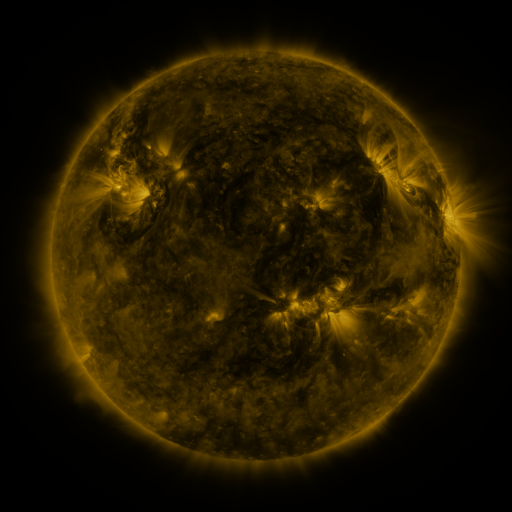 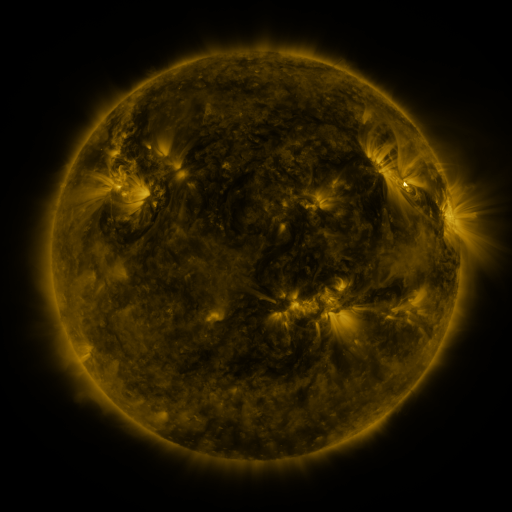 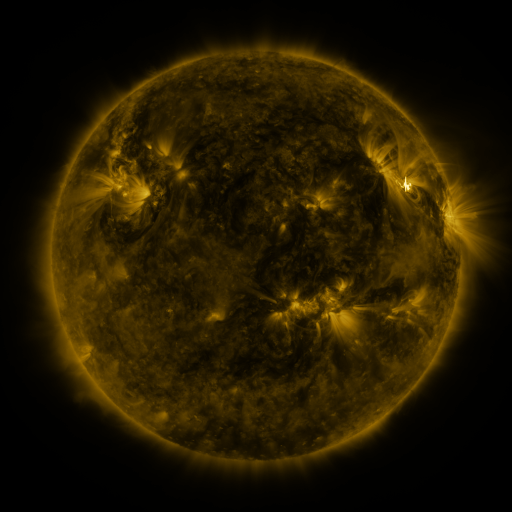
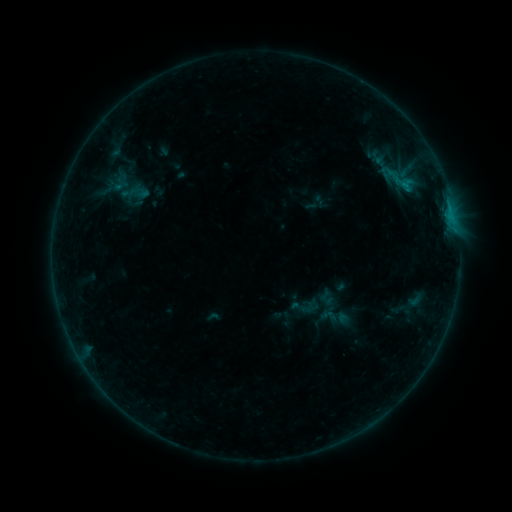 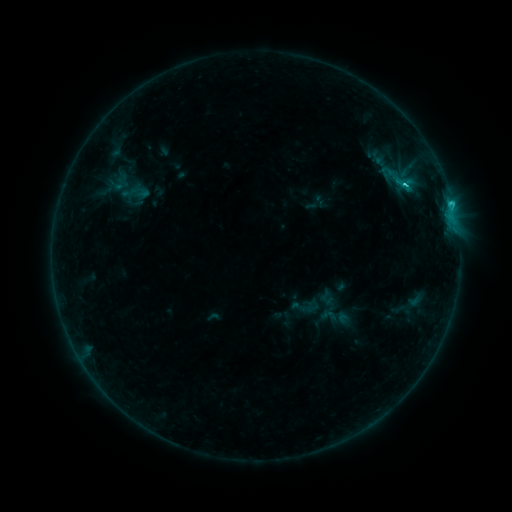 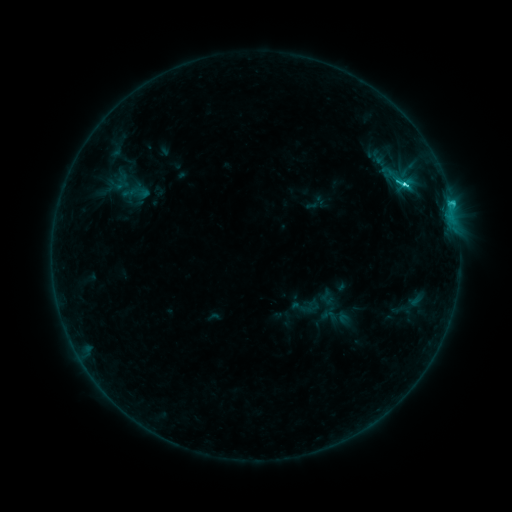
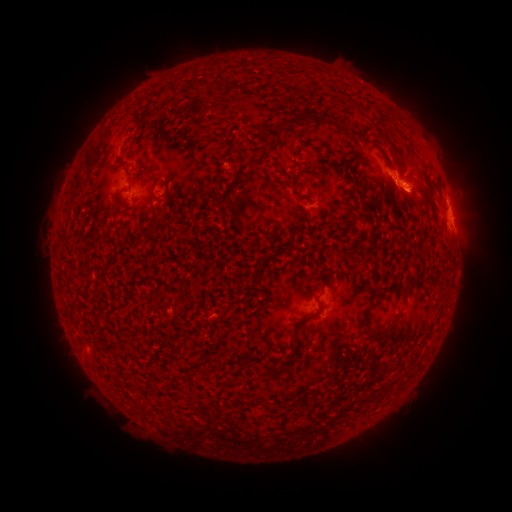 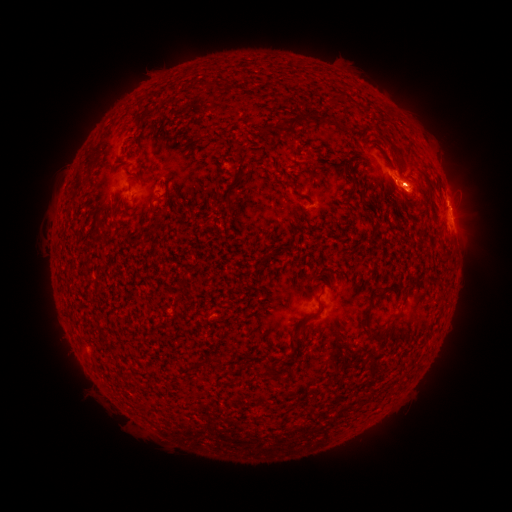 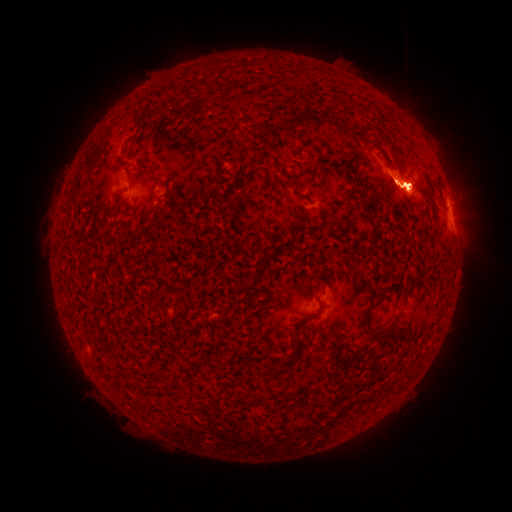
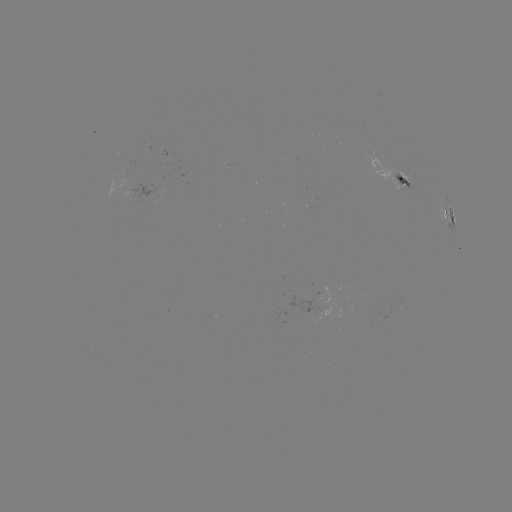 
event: flare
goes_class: M4.2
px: (403, 184)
